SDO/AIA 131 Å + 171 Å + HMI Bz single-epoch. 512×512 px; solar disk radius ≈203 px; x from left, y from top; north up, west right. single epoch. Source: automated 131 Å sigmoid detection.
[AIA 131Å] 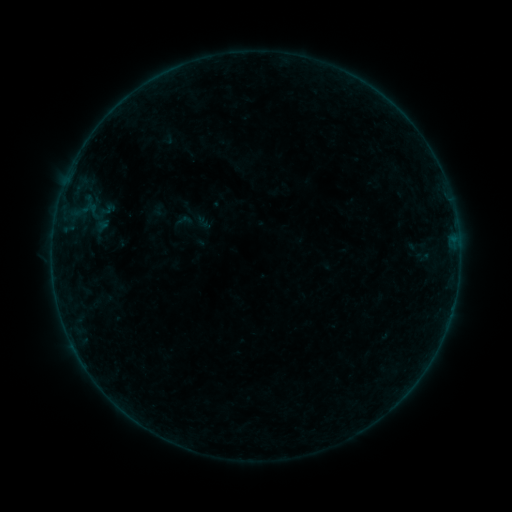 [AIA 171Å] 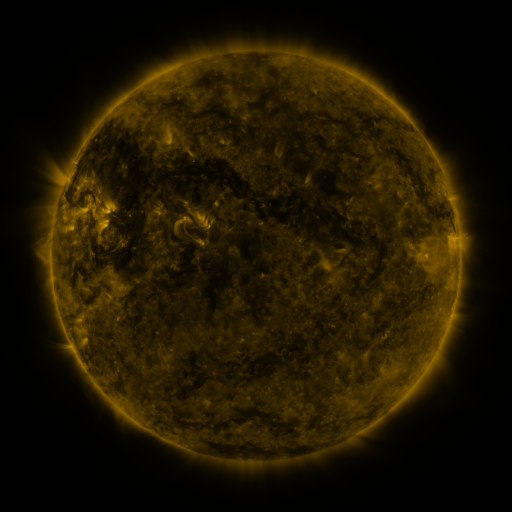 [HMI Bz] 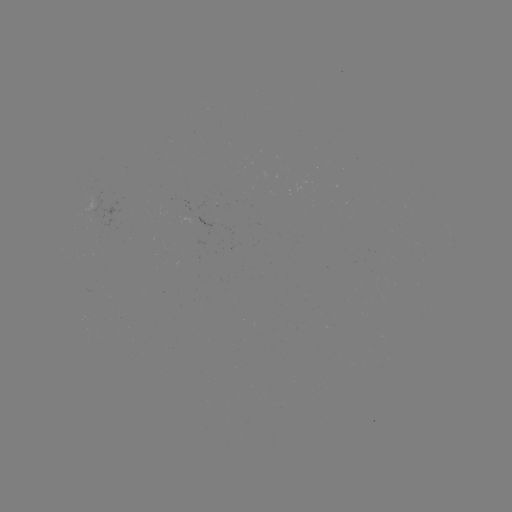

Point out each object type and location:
sigmoid: (184, 220)
